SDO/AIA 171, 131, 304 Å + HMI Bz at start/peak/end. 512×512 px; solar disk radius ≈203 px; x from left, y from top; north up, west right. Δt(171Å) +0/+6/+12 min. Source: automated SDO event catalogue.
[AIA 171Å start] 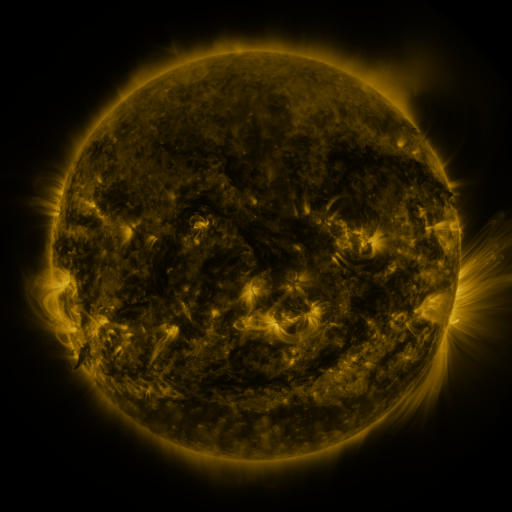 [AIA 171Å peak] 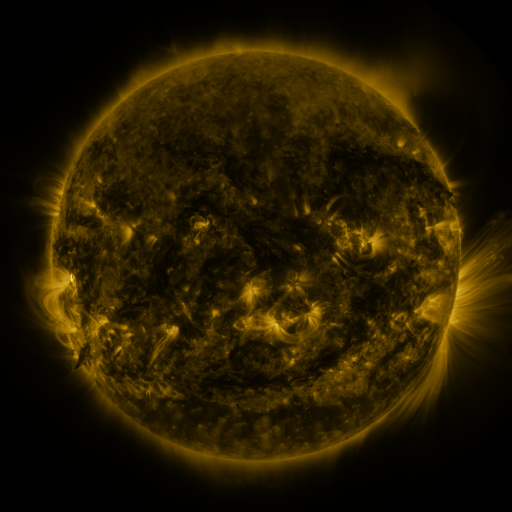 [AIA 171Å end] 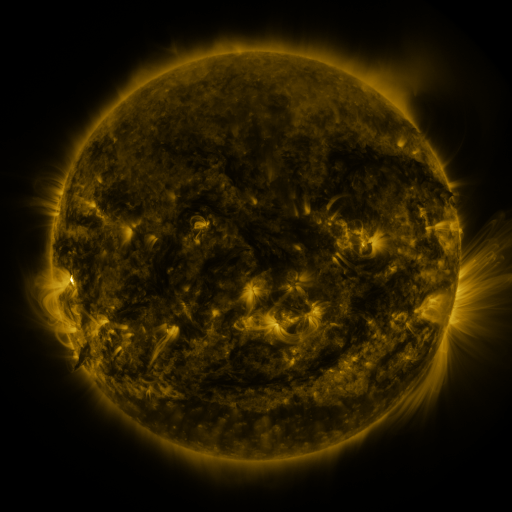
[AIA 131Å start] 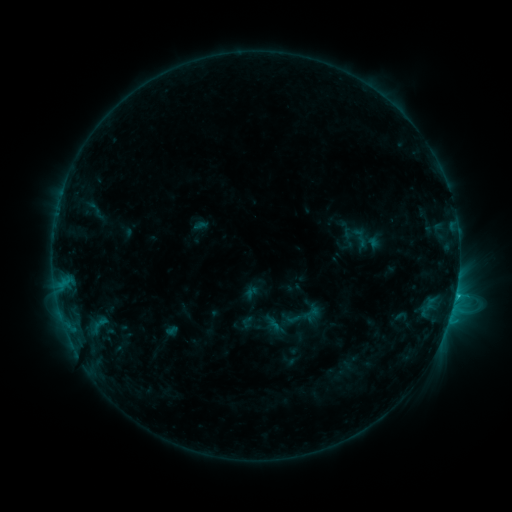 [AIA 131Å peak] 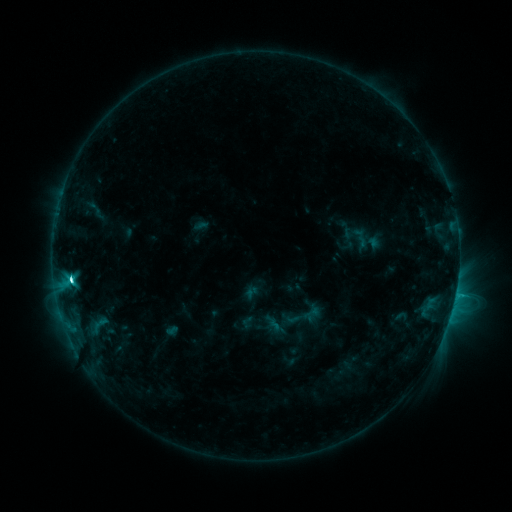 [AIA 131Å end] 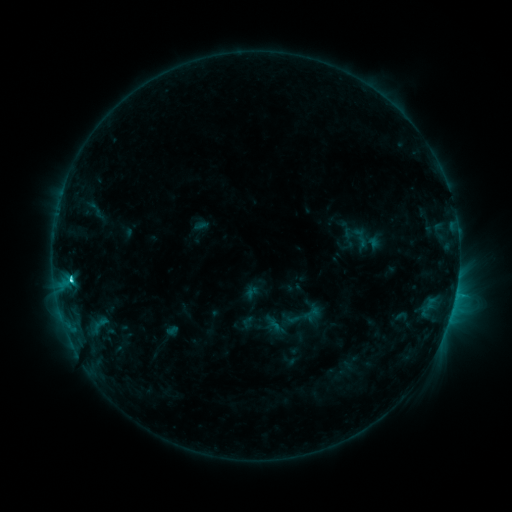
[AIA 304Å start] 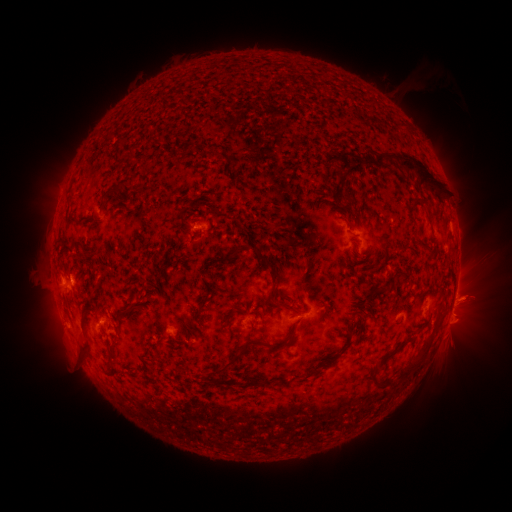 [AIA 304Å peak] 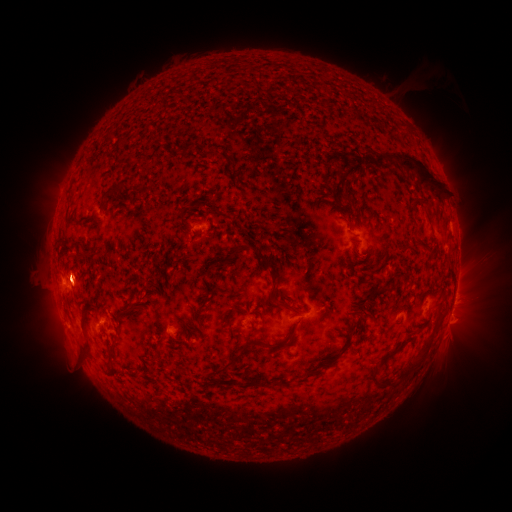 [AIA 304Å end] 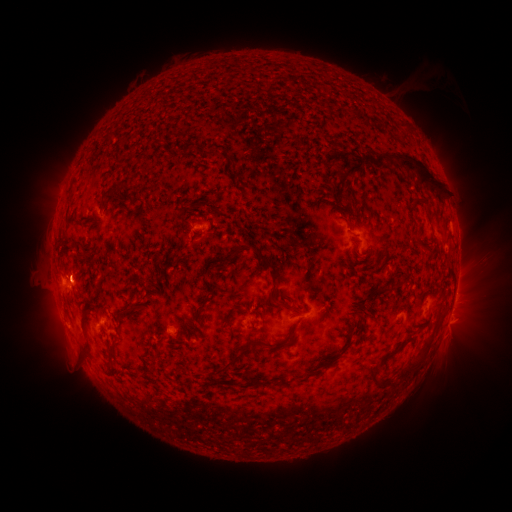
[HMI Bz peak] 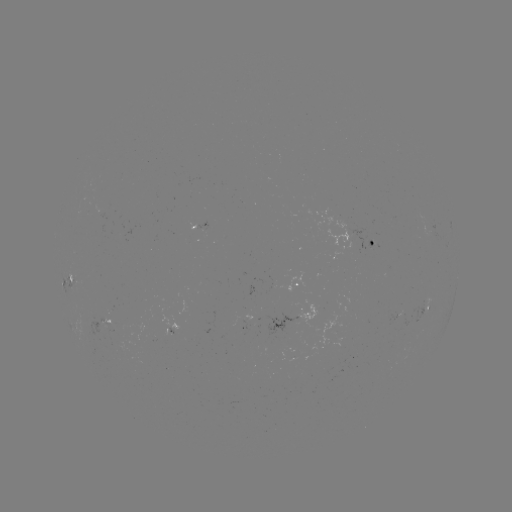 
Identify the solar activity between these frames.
C4.8 flare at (72, 280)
